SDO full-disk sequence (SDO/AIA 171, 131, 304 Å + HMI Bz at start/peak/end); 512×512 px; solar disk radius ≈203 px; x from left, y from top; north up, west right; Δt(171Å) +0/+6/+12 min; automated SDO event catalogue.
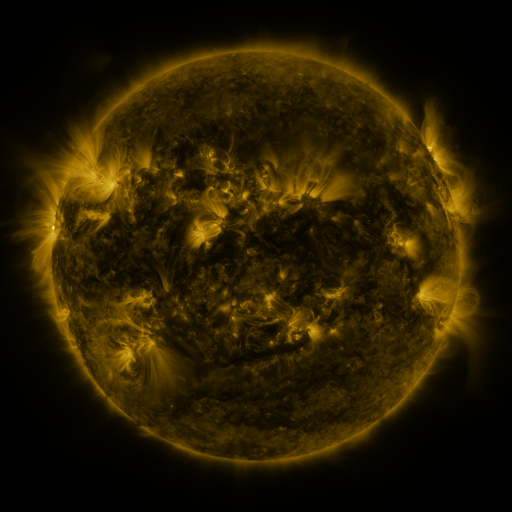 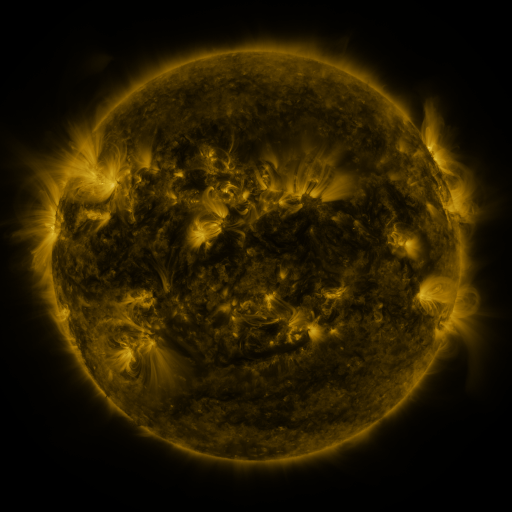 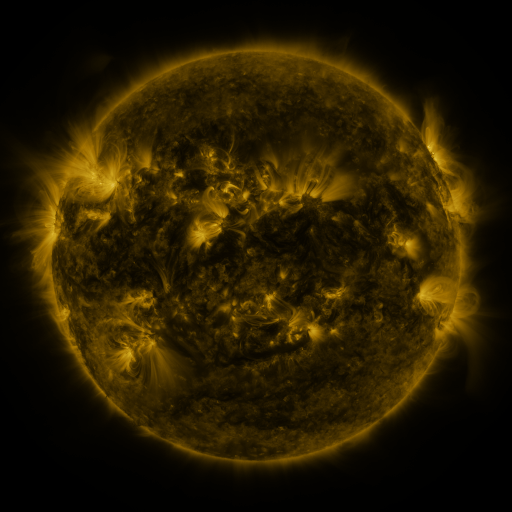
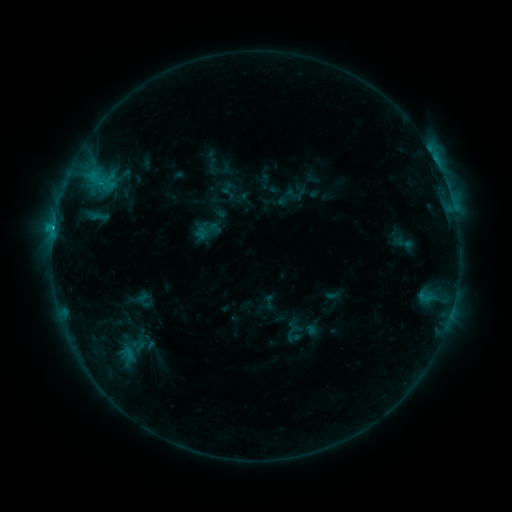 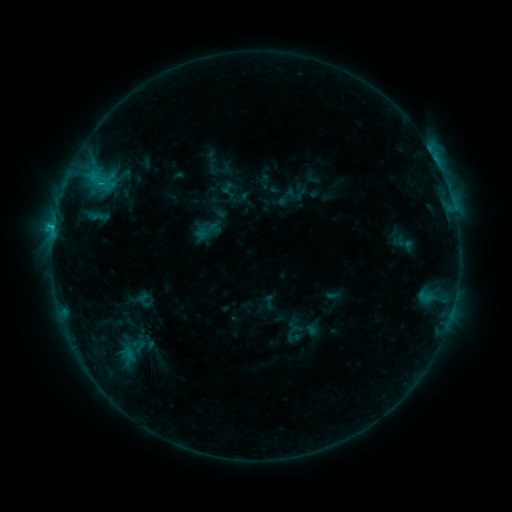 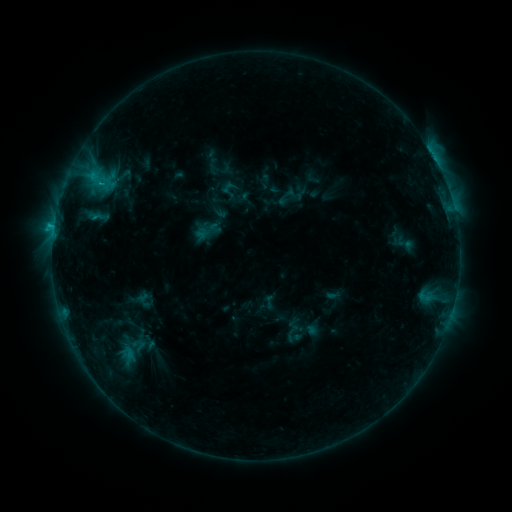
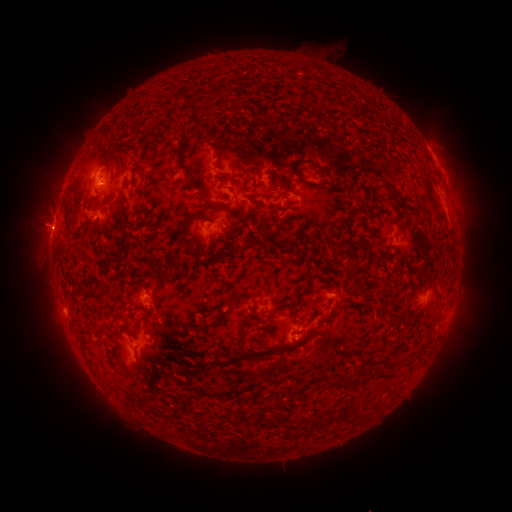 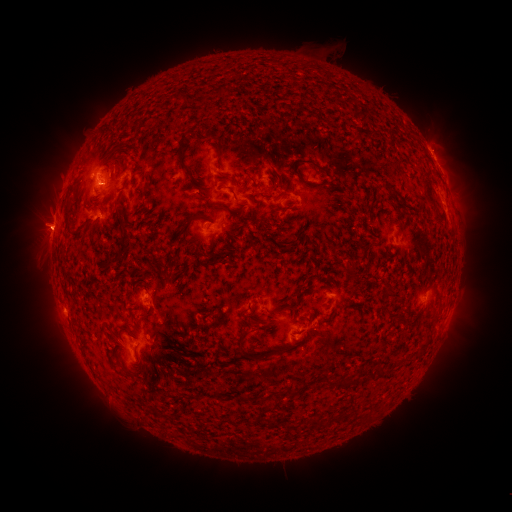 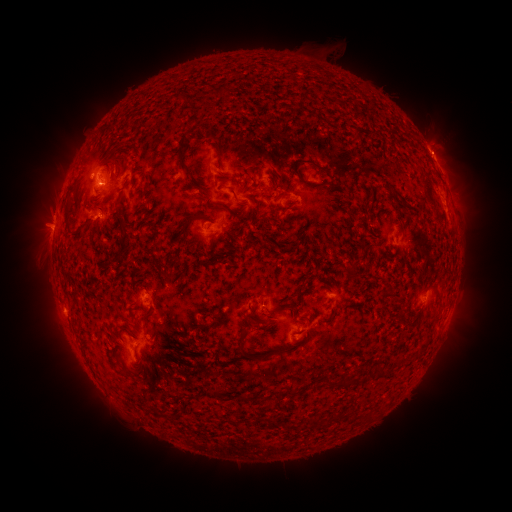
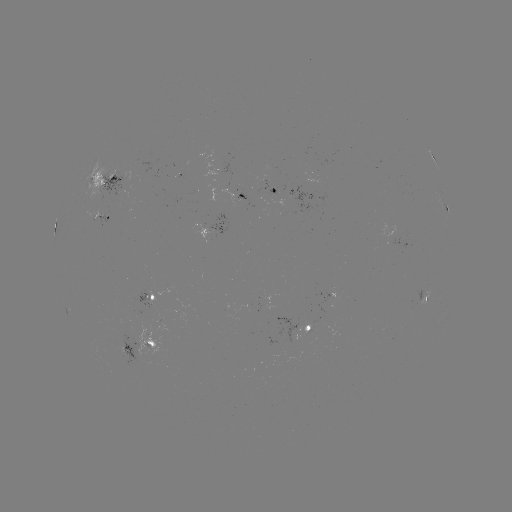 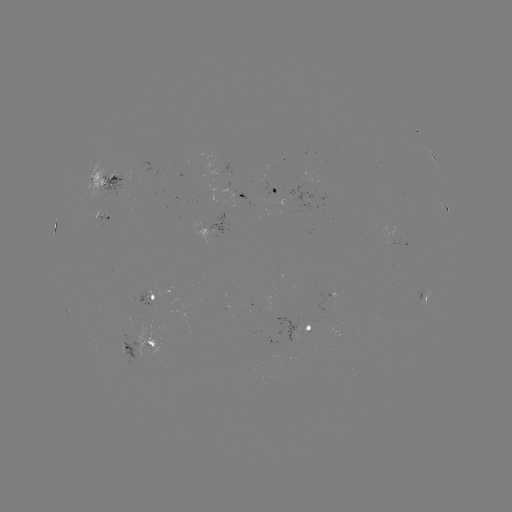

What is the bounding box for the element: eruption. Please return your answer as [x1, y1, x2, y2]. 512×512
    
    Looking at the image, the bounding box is [414, 124, 462, 172].